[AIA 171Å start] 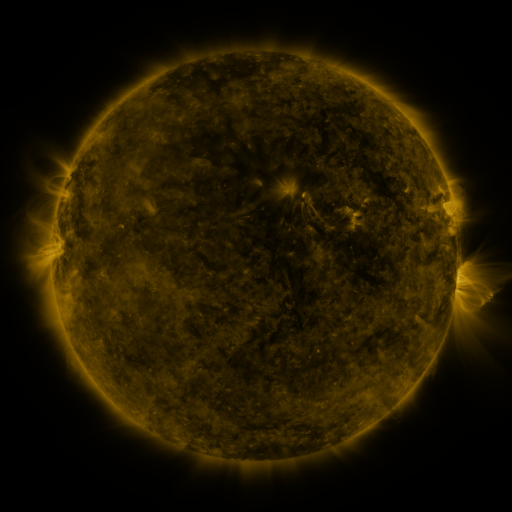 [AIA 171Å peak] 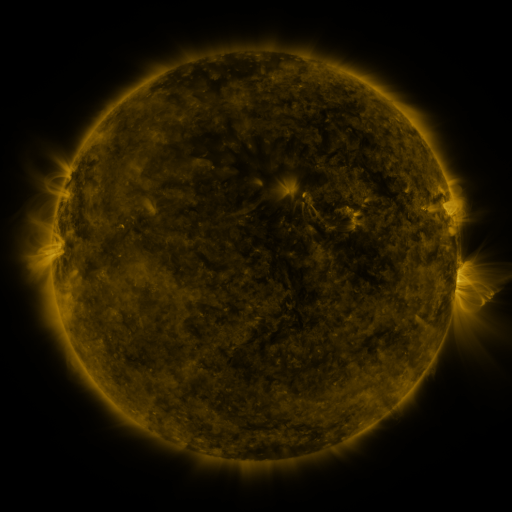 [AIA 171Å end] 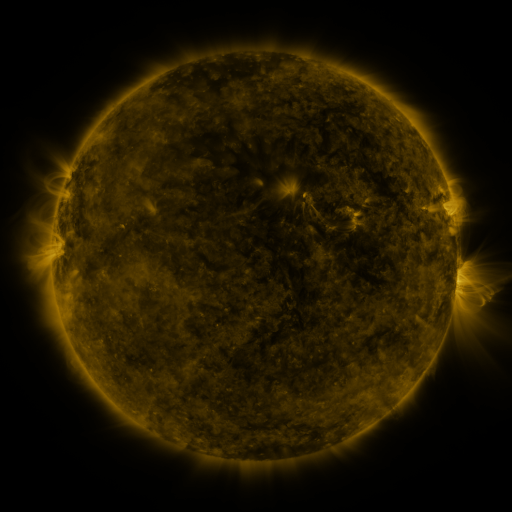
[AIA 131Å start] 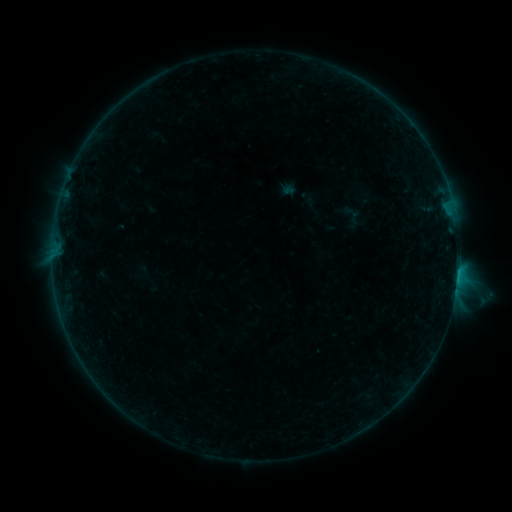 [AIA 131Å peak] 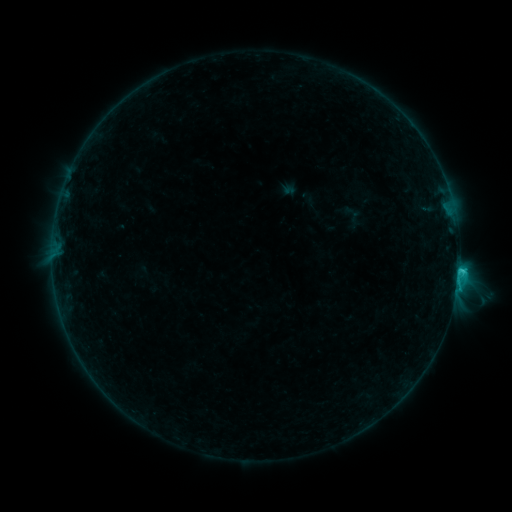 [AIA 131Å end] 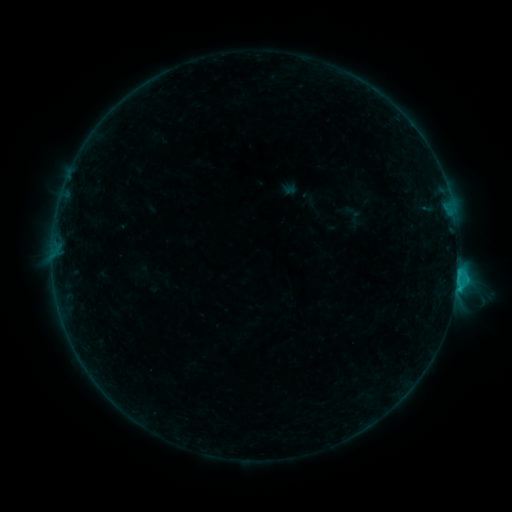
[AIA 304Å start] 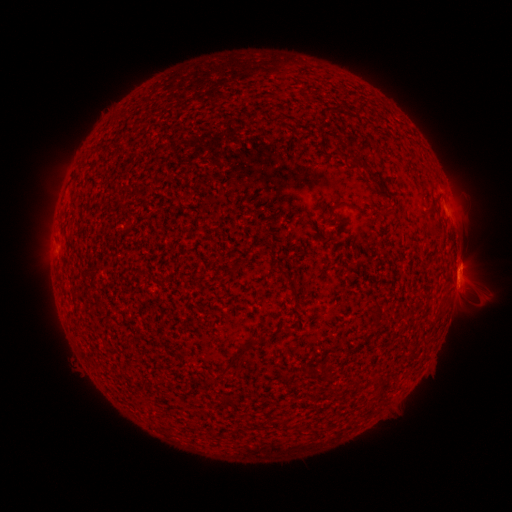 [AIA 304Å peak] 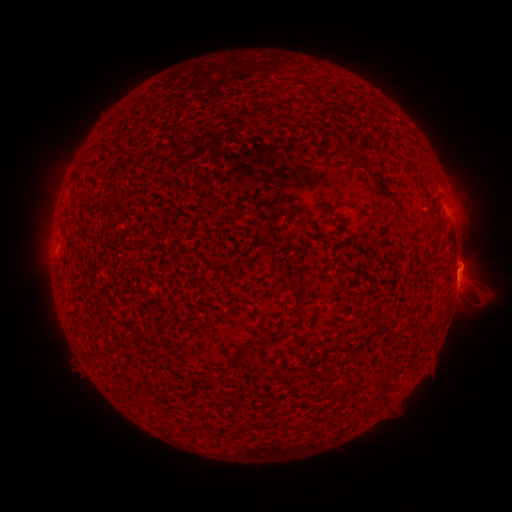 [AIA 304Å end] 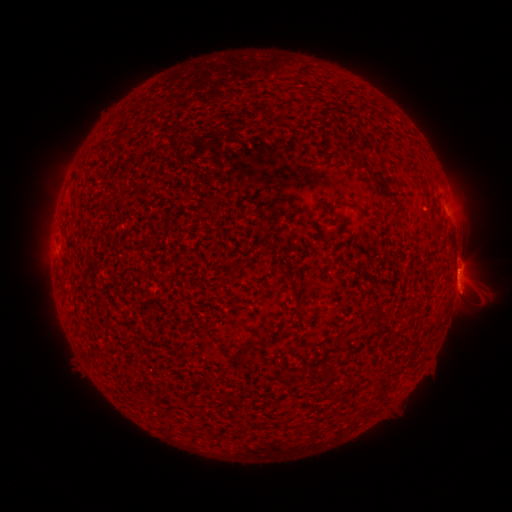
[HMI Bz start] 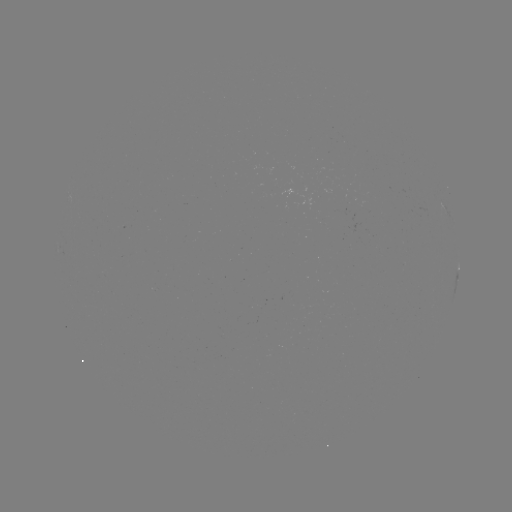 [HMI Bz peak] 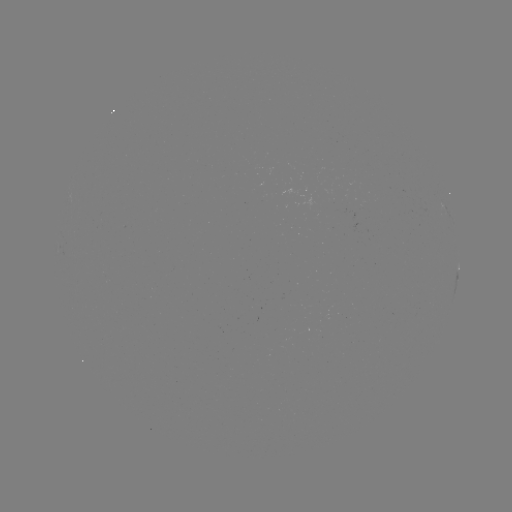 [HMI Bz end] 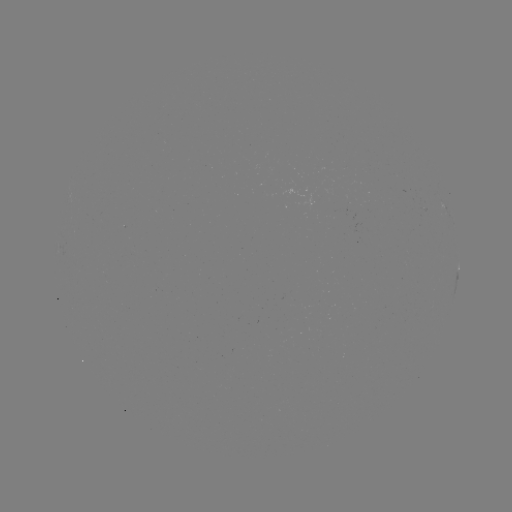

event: flare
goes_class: C1.3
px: (458, 270)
